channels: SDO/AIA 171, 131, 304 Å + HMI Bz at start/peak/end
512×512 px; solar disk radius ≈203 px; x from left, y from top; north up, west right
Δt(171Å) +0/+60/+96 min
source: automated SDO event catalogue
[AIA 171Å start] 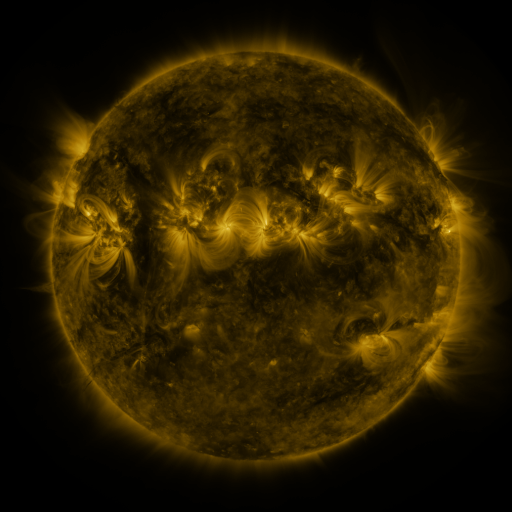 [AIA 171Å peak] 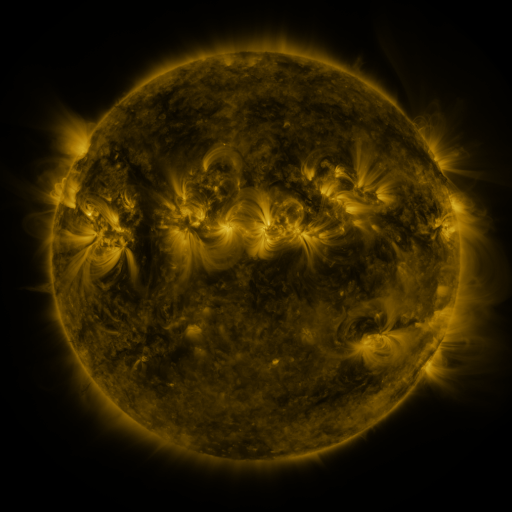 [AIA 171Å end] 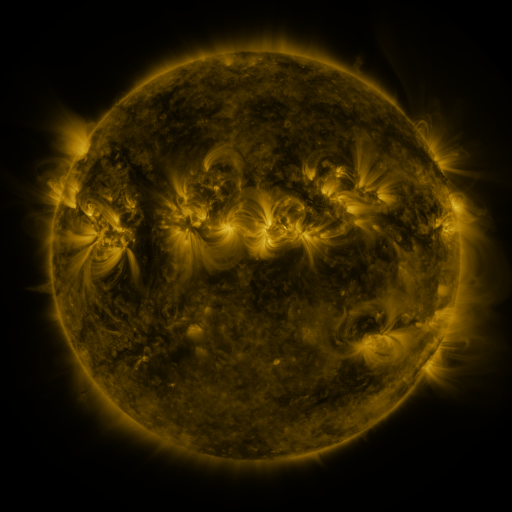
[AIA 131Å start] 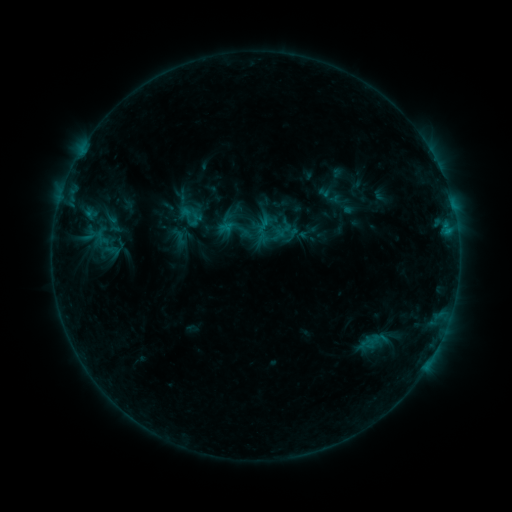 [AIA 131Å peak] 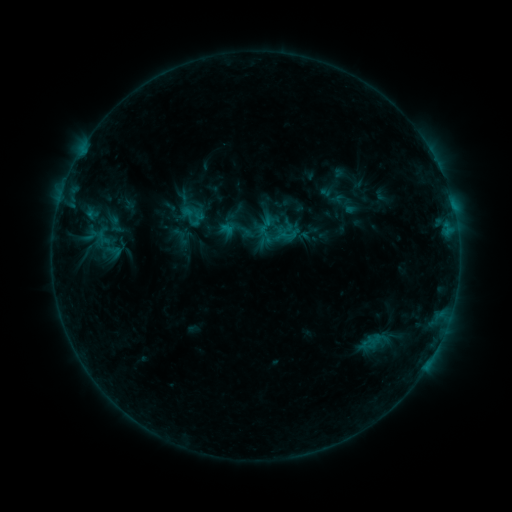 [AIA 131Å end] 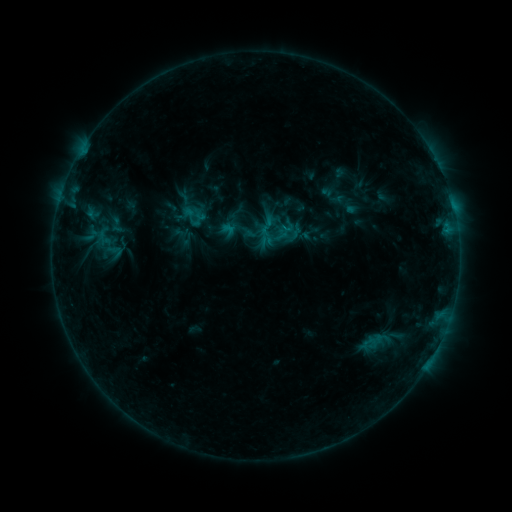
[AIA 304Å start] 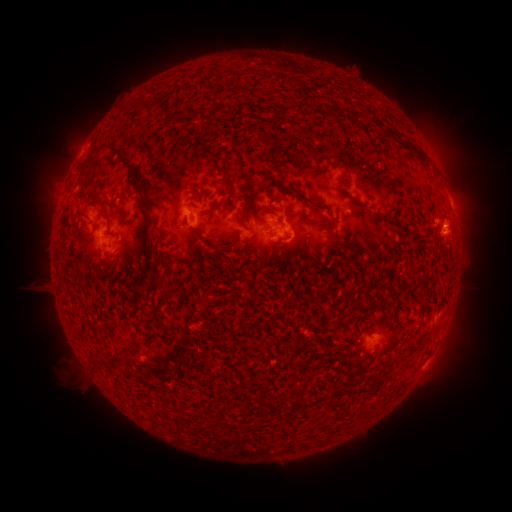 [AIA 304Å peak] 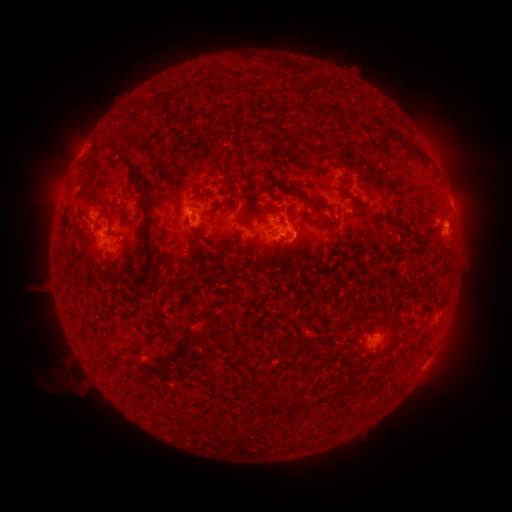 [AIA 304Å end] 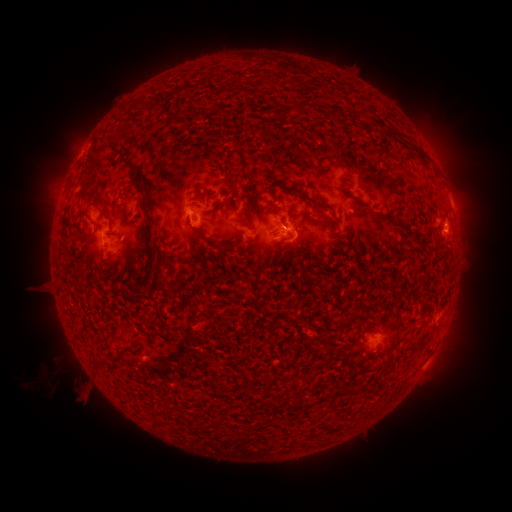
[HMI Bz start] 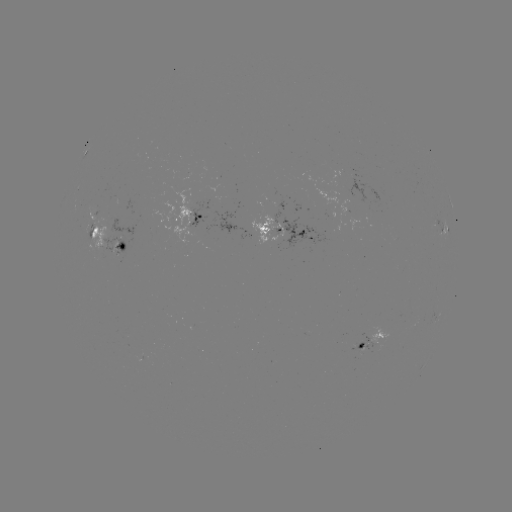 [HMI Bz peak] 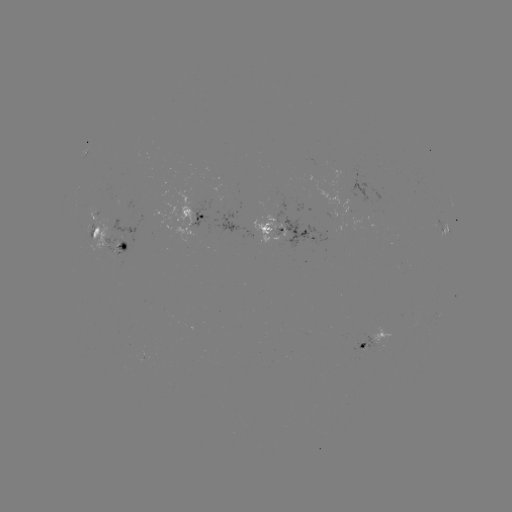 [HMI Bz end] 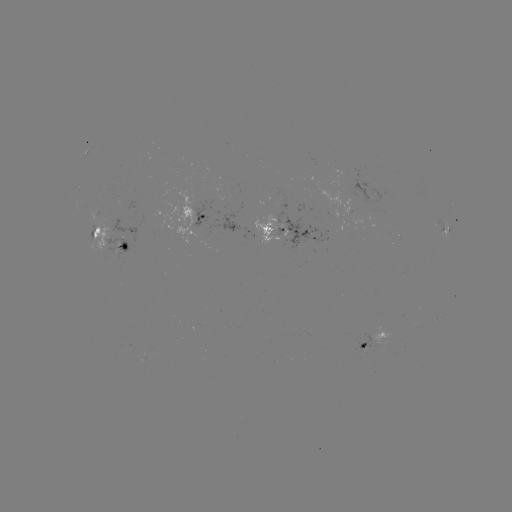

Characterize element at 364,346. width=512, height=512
emerging-flux region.